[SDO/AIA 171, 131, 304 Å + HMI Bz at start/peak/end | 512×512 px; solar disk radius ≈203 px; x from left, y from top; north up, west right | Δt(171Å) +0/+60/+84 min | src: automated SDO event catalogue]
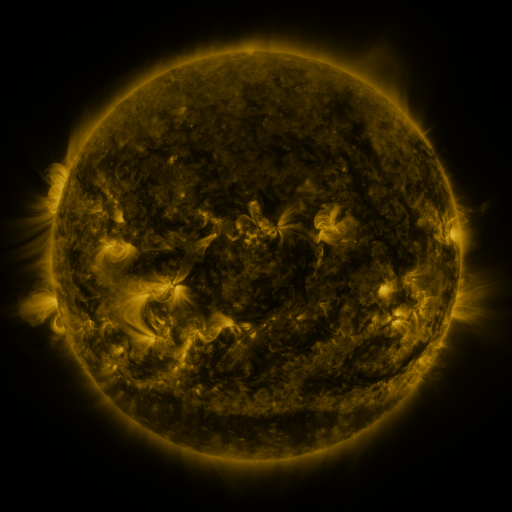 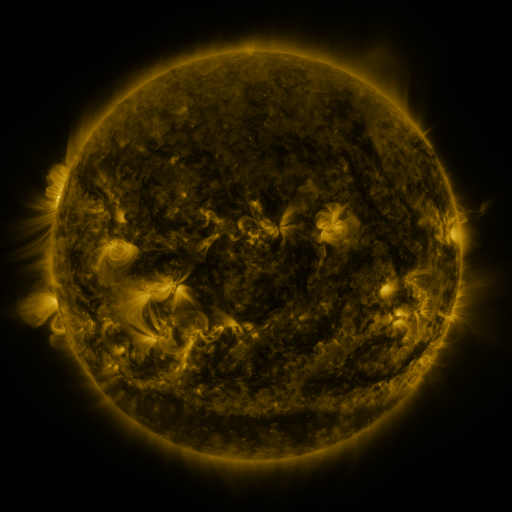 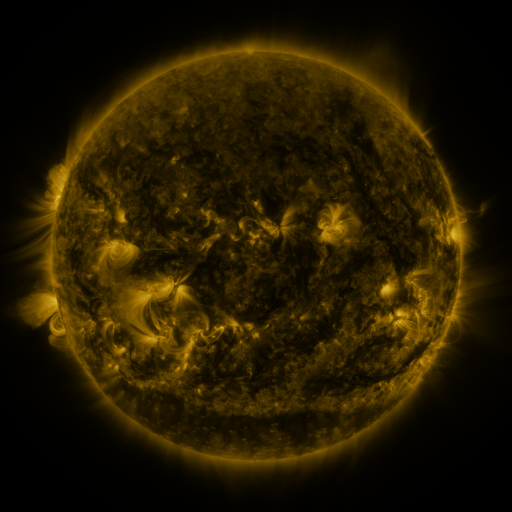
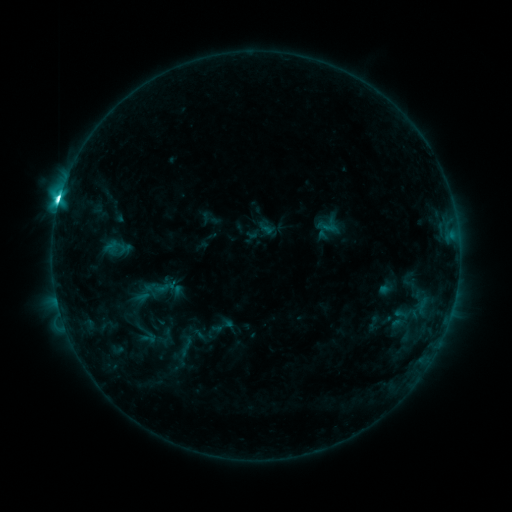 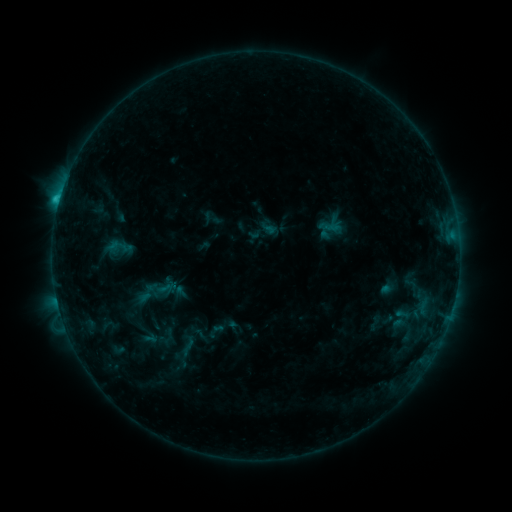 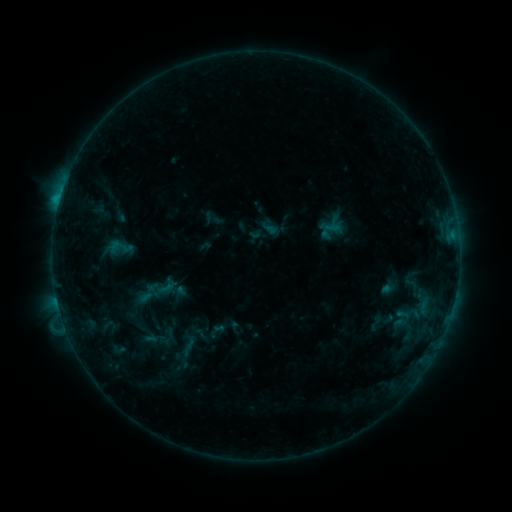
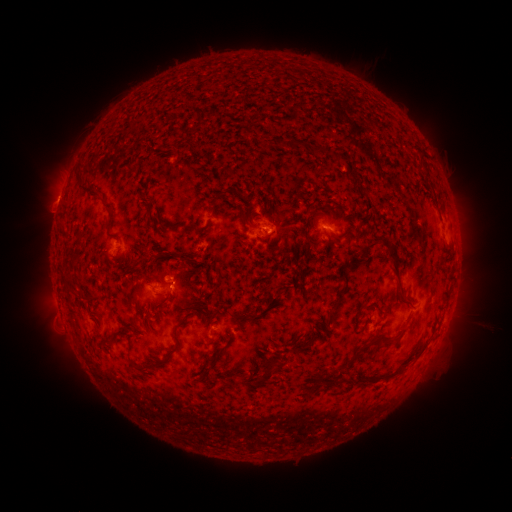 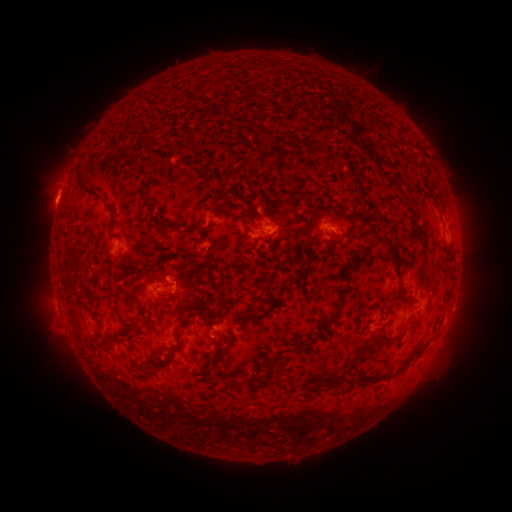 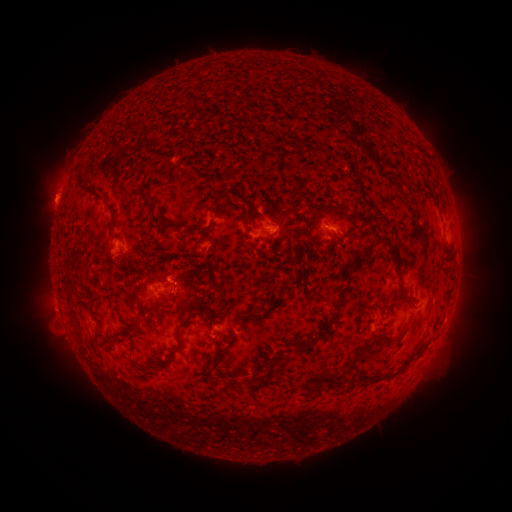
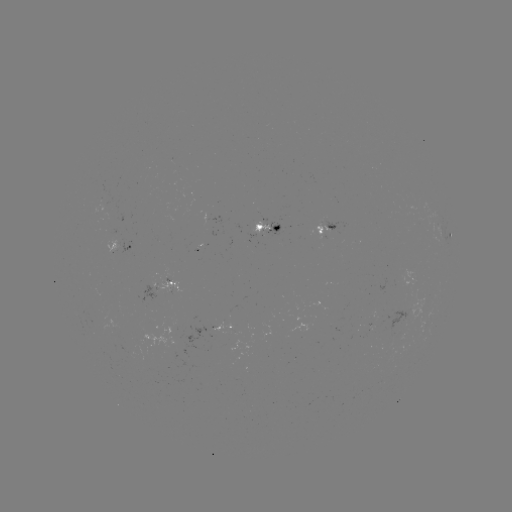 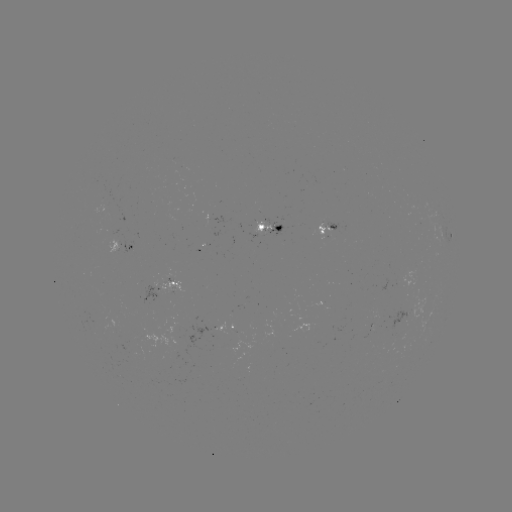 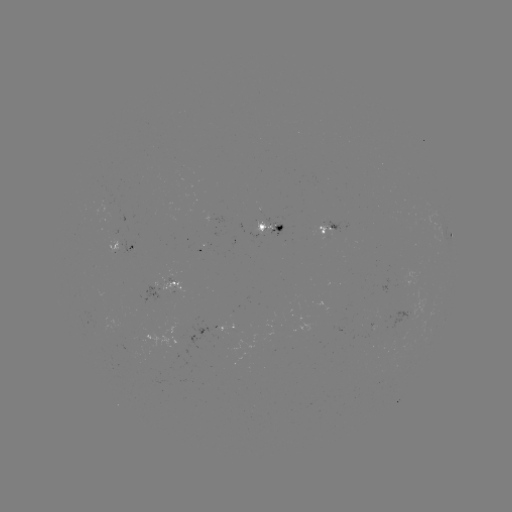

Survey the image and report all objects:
emerging-flux region: (173, 356)
